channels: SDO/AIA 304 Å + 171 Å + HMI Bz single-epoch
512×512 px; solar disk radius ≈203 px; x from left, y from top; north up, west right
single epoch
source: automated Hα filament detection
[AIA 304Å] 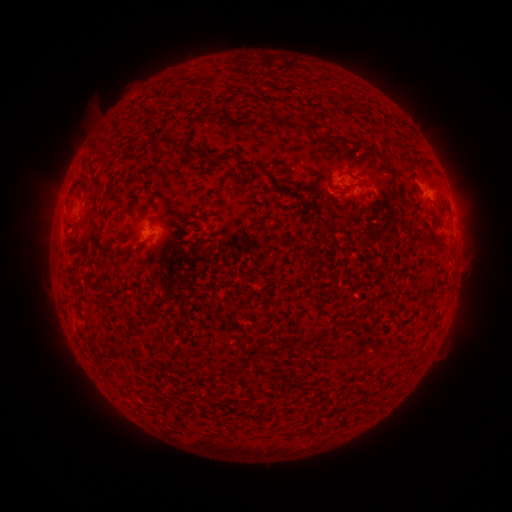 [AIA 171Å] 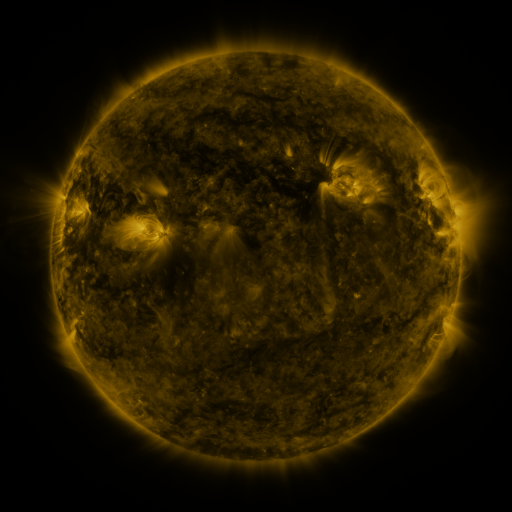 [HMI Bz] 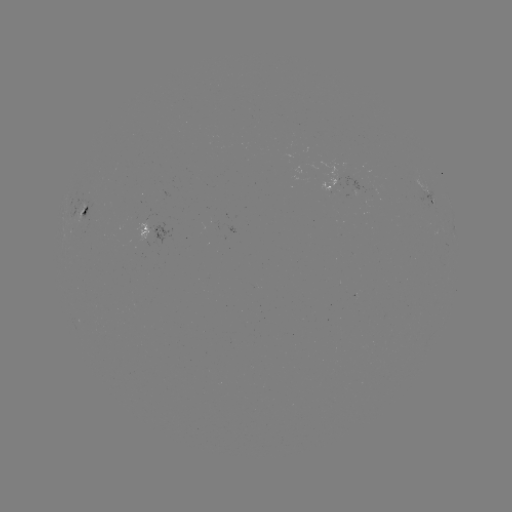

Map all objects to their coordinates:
filament: [186, 77, 201, 88]
filament: [268, 116, 289, 127]
filament: [316, 133, 334, 141]
filament: [163, 138, 204, 158]
filament: [89, 141, 108, 165]
filament: [210, 153, 230, 165]
filament: [256, 161, 267, 168]
filament: [383, 162, 394, 174]
filament: [277, 174, 291, 183]
filament: [77, 176, 92, 185]
filament: [84, 188, 99, 216]
filament: [115, 196, 125, 211]
filament: [79, 206, 88, 218]
filament: [62, 217, 71, 229]
filament: [92, 221, 102, 238]
filament: [424, 227, 444, 248]
filament: [107, 248, 135, 260]
filament: [97, 287, 108, 297]
filament: [342, 315, 353, 325]
filament: [225, 366, 240, 374]
filament: [206, 369, 218, 378]
filament: [266, 409, 274, 419]
